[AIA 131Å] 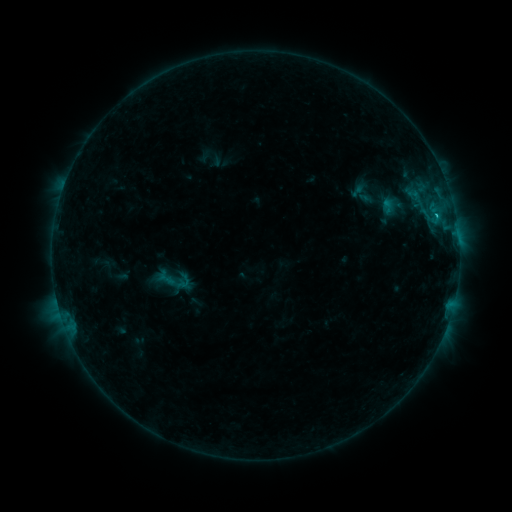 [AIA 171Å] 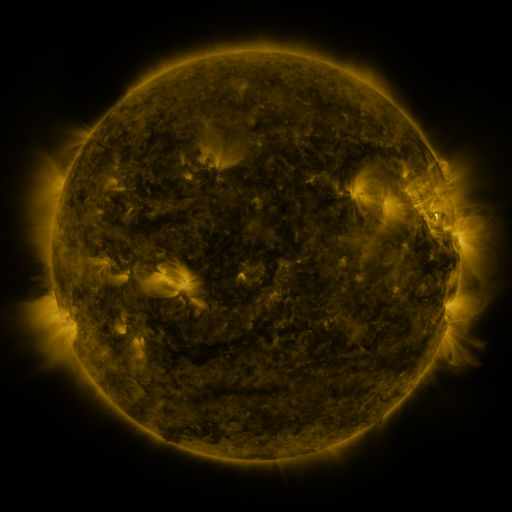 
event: sigmoid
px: (172, 279)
